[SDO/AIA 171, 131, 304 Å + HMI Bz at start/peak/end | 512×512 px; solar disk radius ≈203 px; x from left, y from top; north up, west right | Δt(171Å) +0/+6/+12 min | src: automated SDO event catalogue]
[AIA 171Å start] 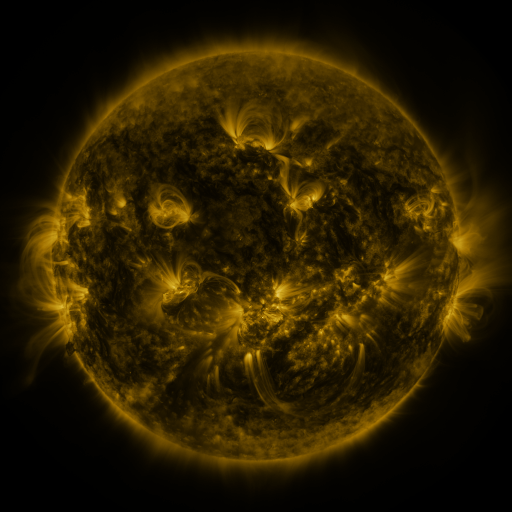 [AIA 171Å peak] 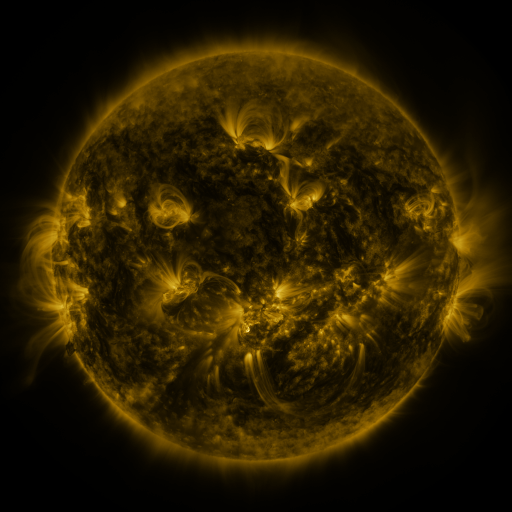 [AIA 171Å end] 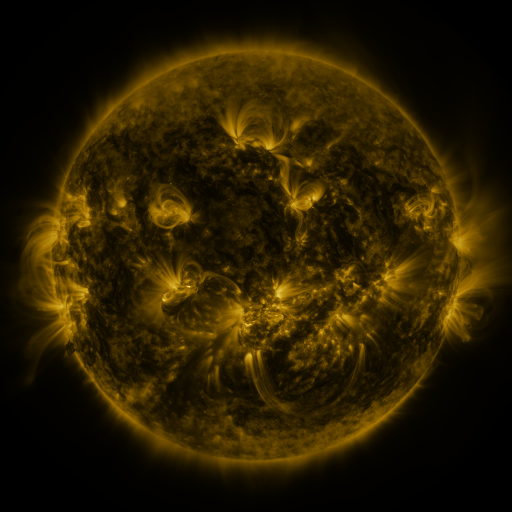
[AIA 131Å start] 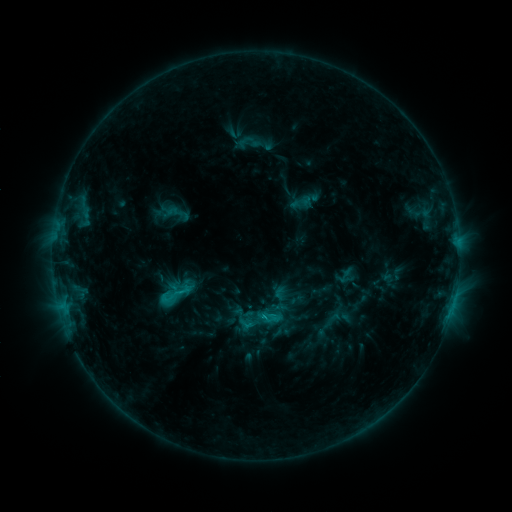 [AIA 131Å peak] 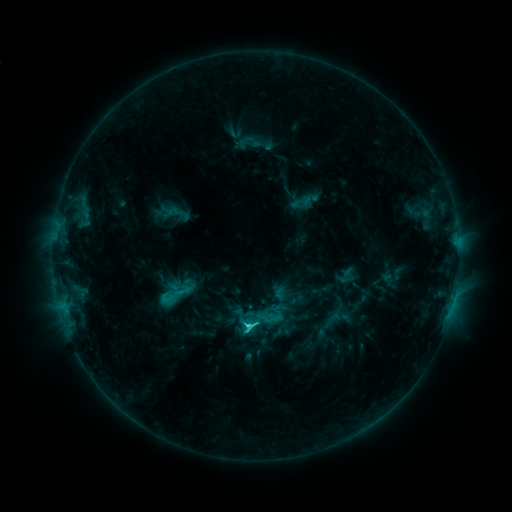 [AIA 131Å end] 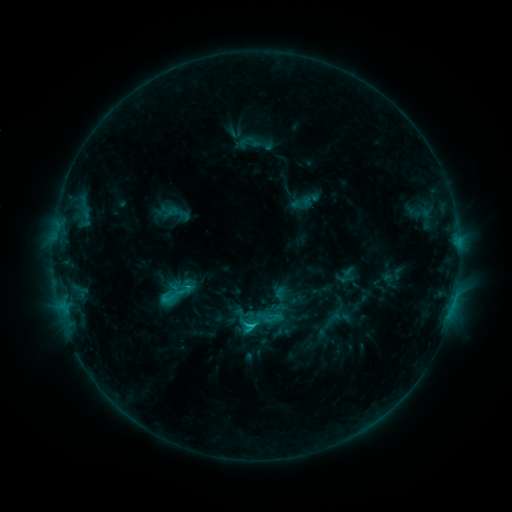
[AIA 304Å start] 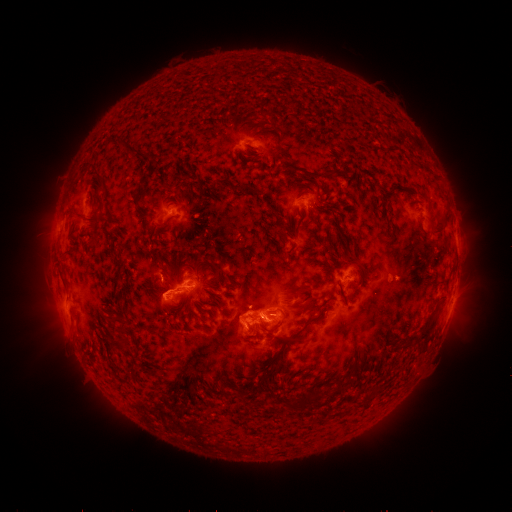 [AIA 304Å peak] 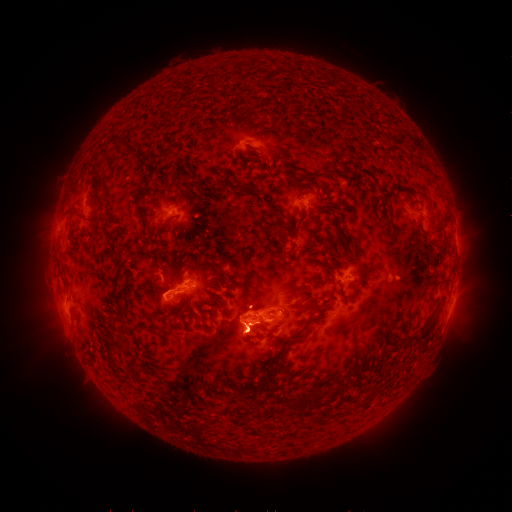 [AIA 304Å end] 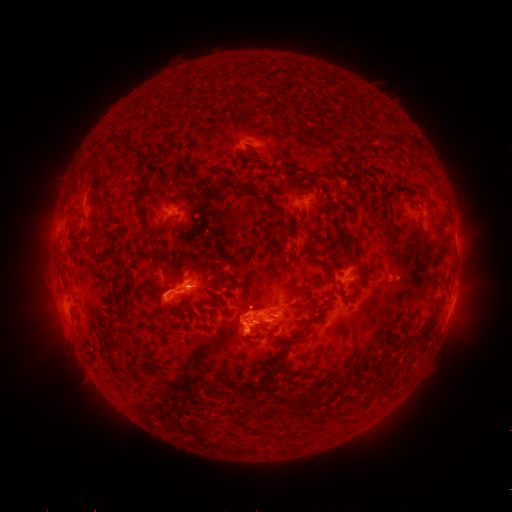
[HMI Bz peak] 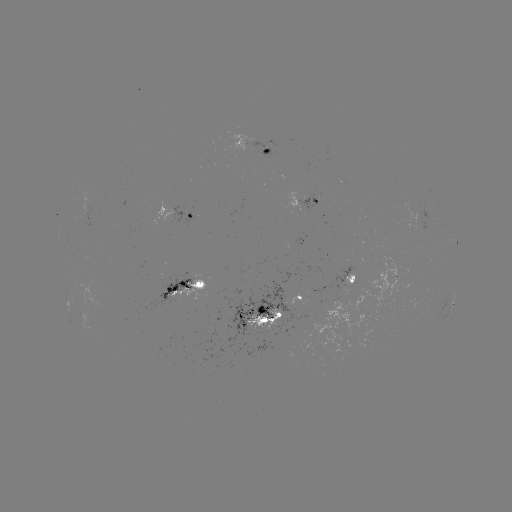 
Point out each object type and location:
C3.2 flare: (249, 324)
